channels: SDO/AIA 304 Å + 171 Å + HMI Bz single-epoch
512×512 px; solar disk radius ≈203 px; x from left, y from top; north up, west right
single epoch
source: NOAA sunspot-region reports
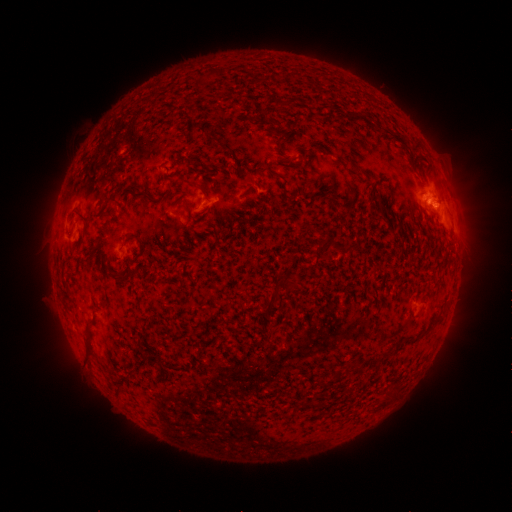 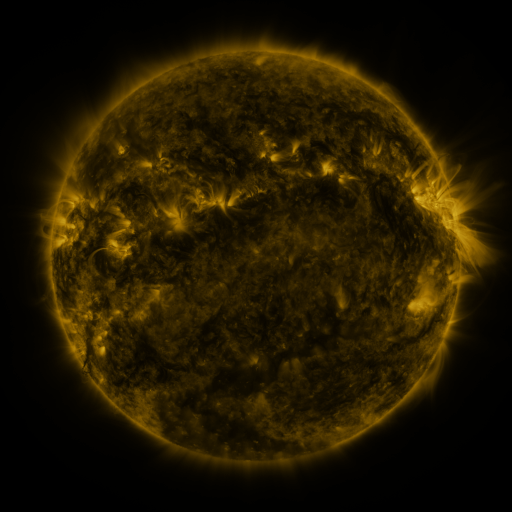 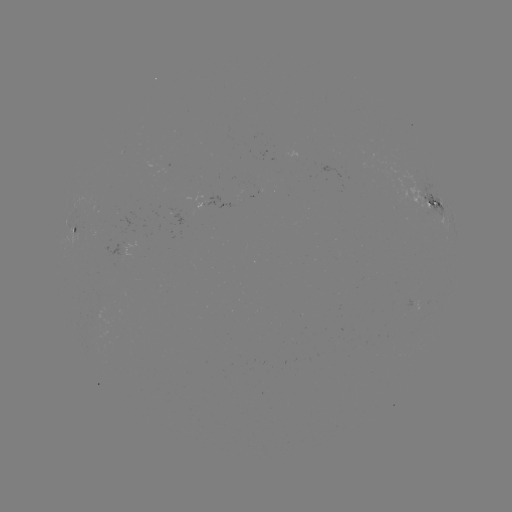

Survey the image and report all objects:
spotted active region: (431, 202)
spotted active region: (76, 230)
spotted active region: (416, 305)
